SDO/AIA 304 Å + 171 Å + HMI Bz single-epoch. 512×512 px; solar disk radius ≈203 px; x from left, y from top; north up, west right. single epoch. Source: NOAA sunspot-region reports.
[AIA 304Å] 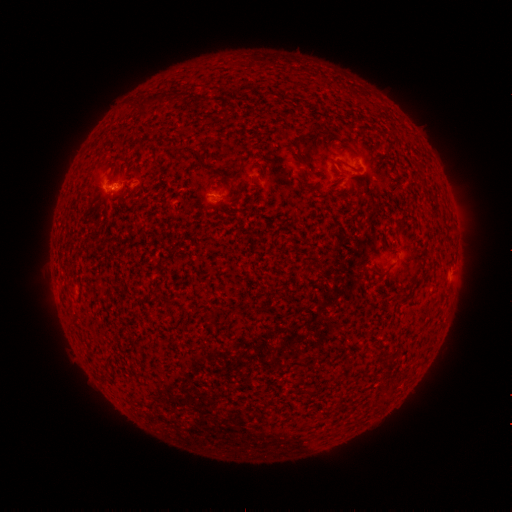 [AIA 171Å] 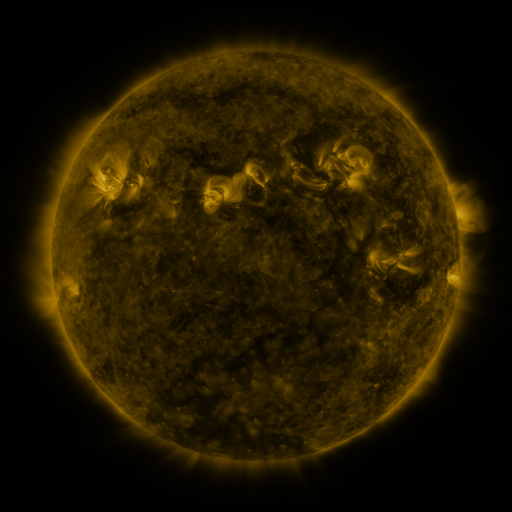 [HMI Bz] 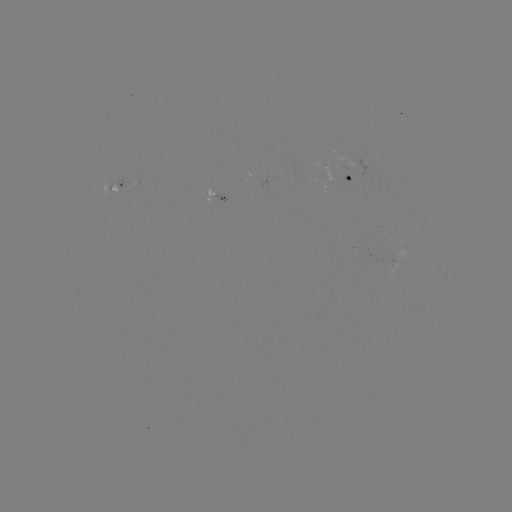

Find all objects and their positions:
spotted active region: (351, 178)
spotted active region: (114, 186)
spotted active region: (217, 199)
